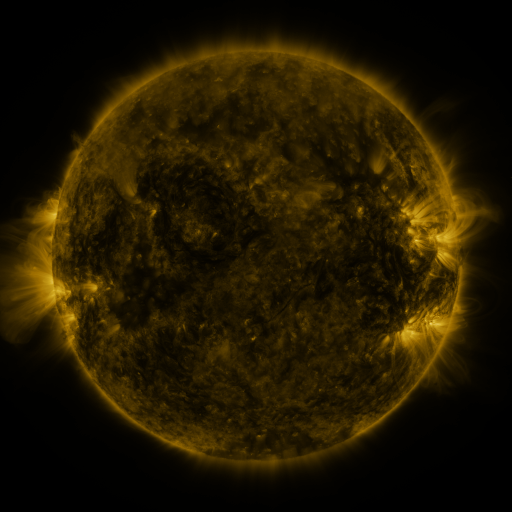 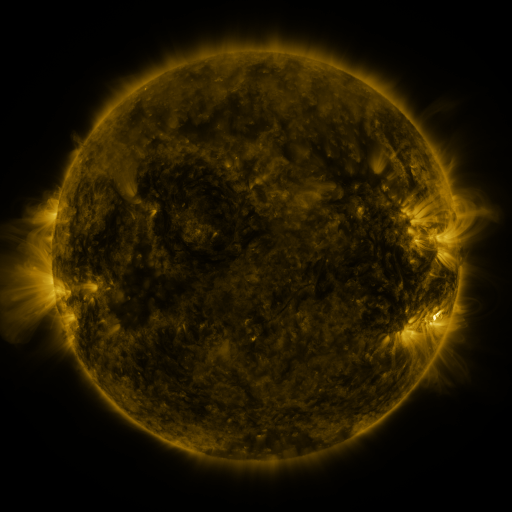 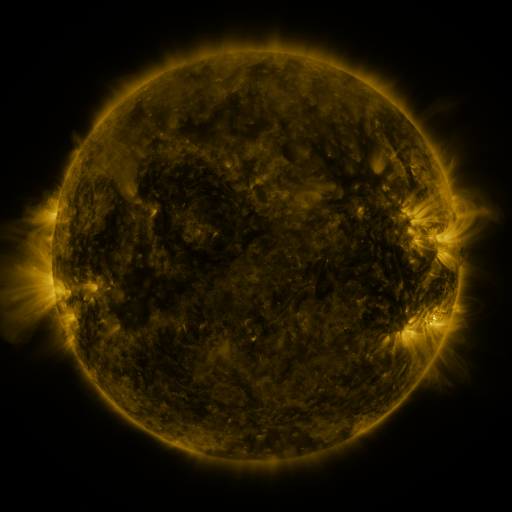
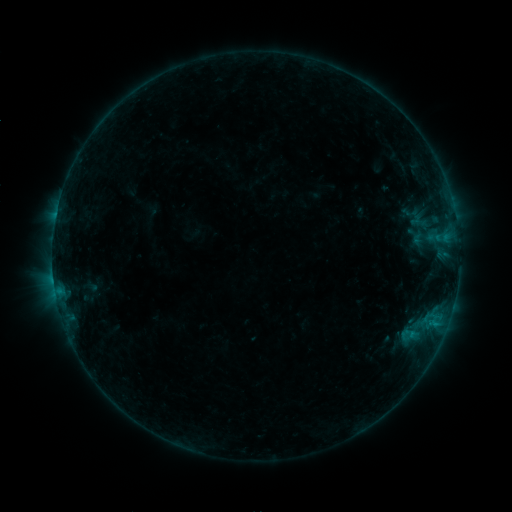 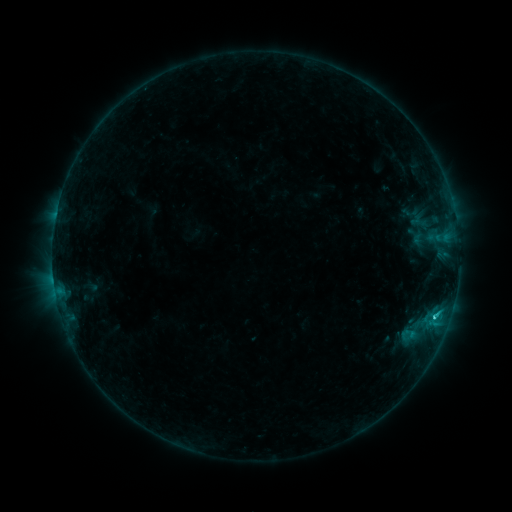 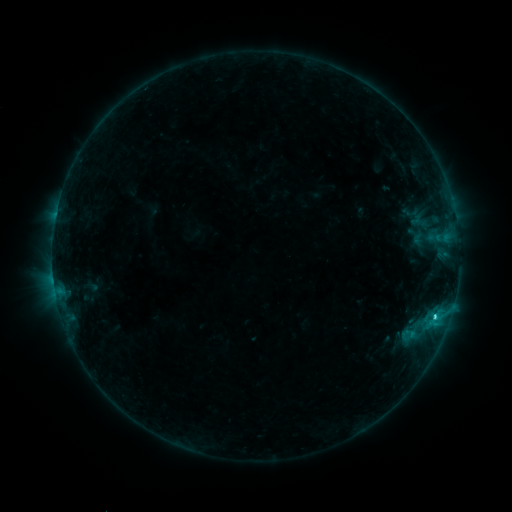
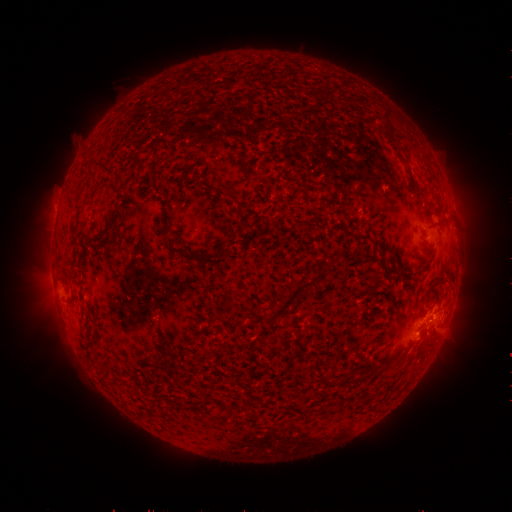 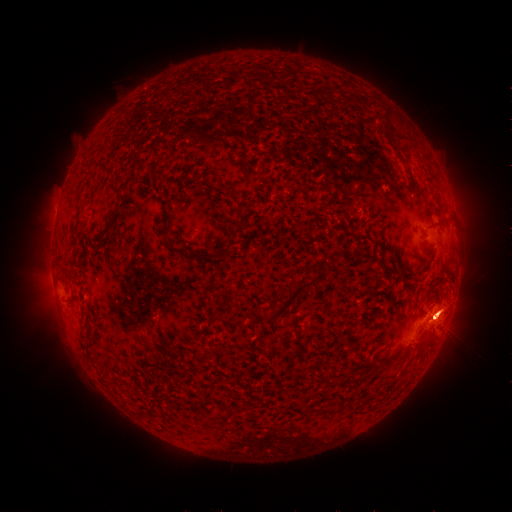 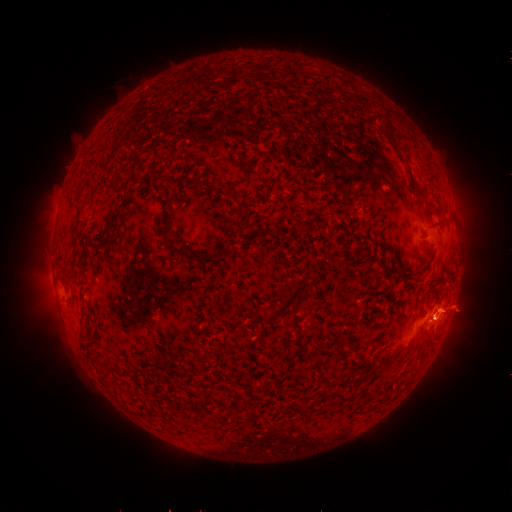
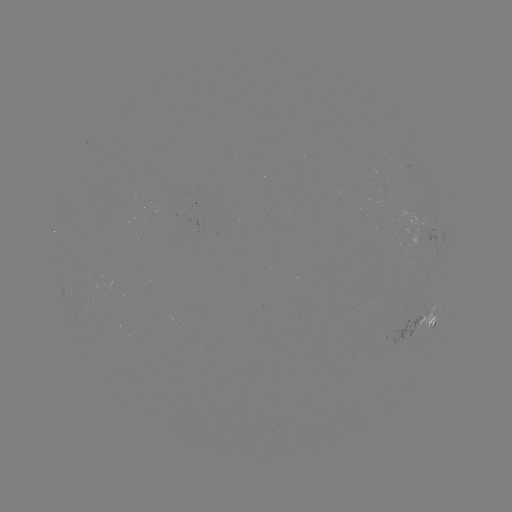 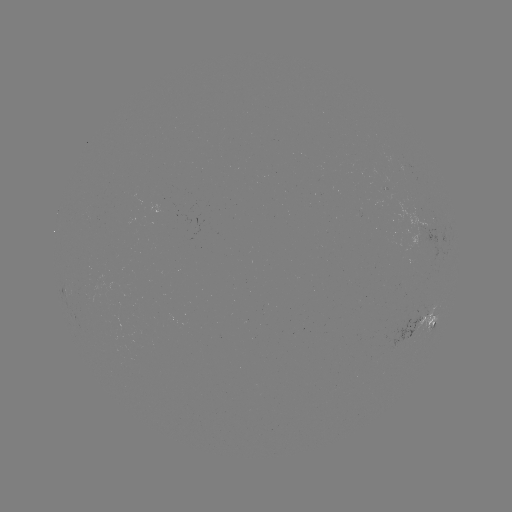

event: flare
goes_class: C2.3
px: (434, 314)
